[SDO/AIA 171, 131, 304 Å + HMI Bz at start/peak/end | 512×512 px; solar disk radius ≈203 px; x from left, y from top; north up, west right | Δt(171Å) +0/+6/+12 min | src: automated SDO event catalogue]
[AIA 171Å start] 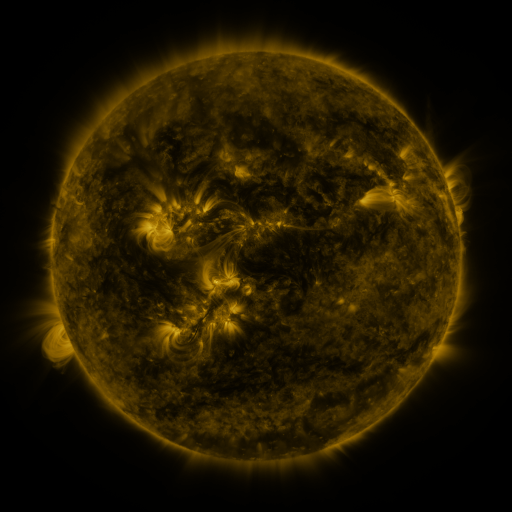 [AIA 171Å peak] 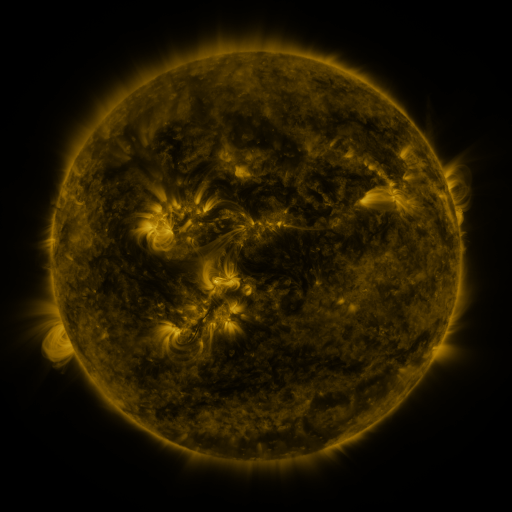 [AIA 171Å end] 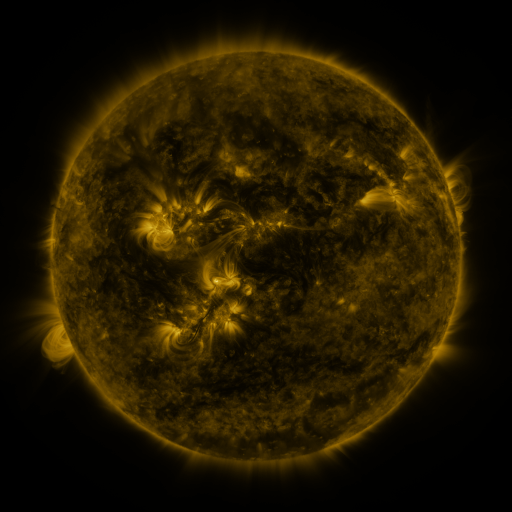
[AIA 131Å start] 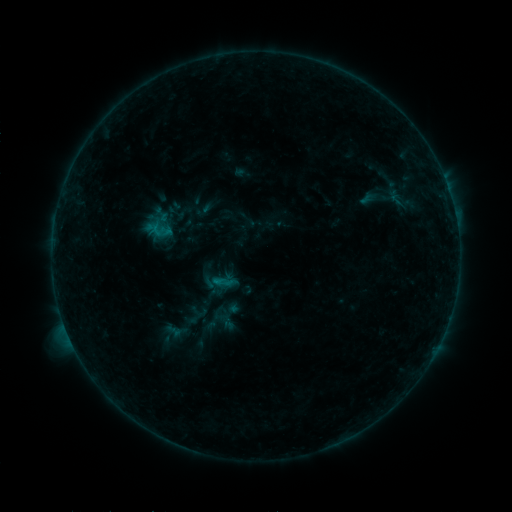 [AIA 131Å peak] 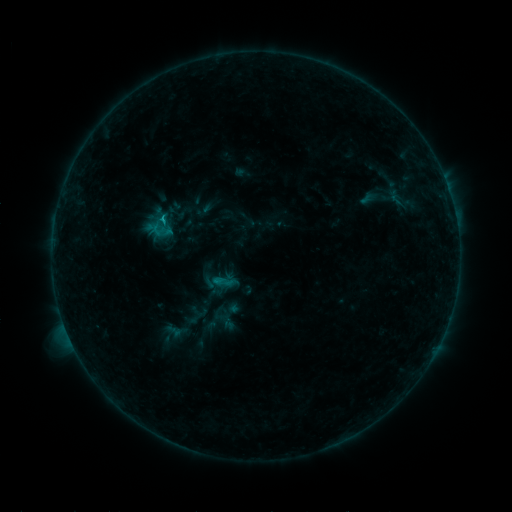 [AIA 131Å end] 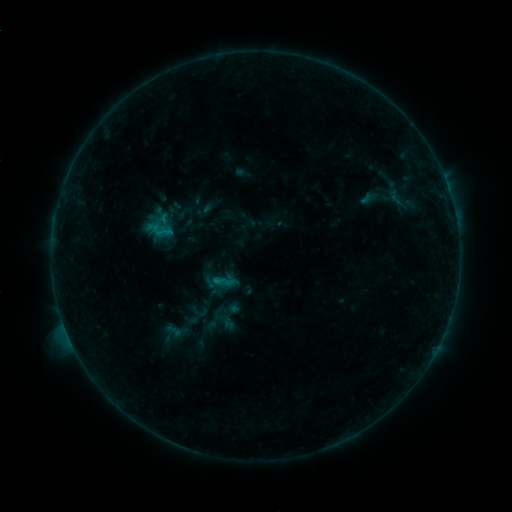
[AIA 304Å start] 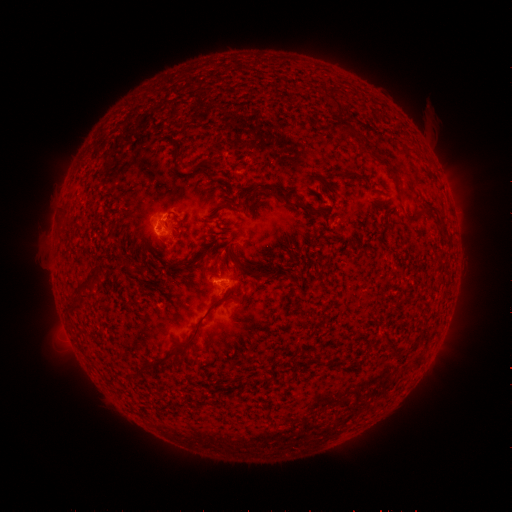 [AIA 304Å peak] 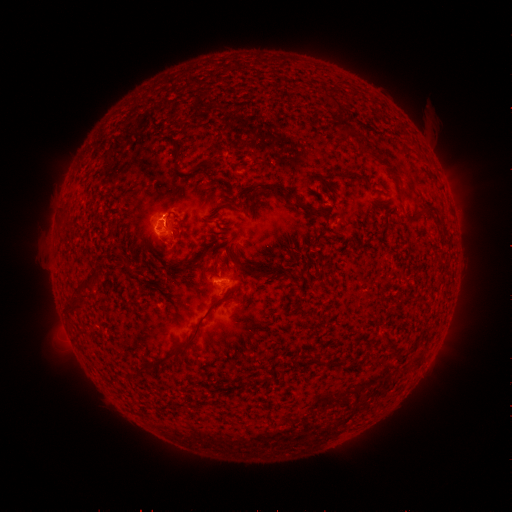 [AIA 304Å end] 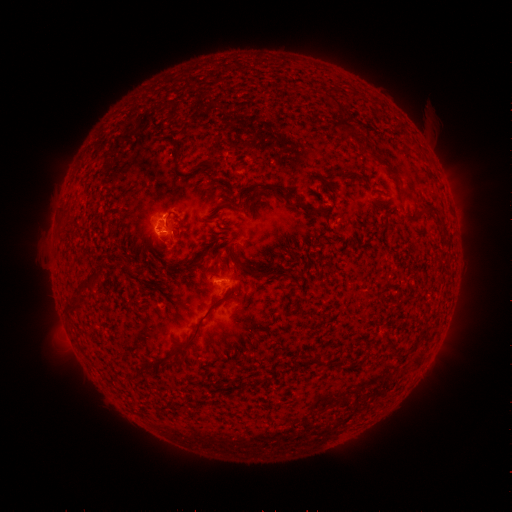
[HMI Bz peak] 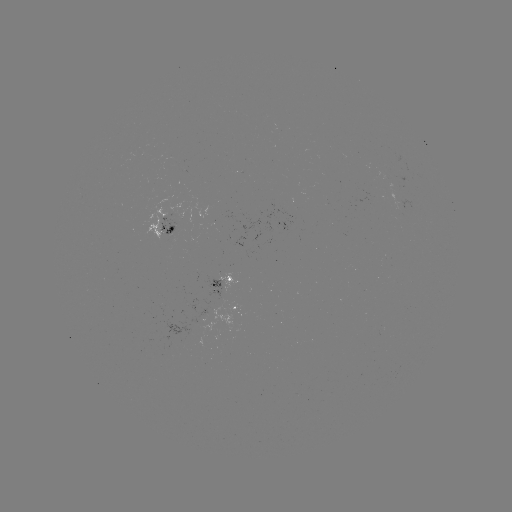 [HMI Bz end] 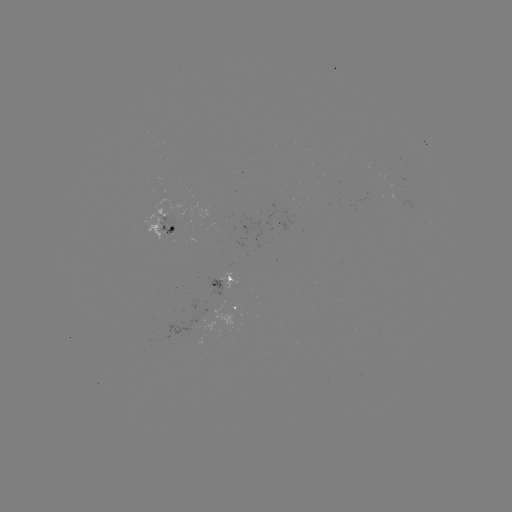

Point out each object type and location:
B7.1 flare: (163, 218)
